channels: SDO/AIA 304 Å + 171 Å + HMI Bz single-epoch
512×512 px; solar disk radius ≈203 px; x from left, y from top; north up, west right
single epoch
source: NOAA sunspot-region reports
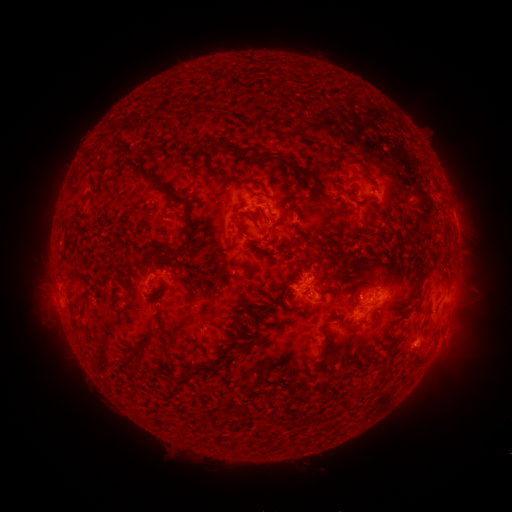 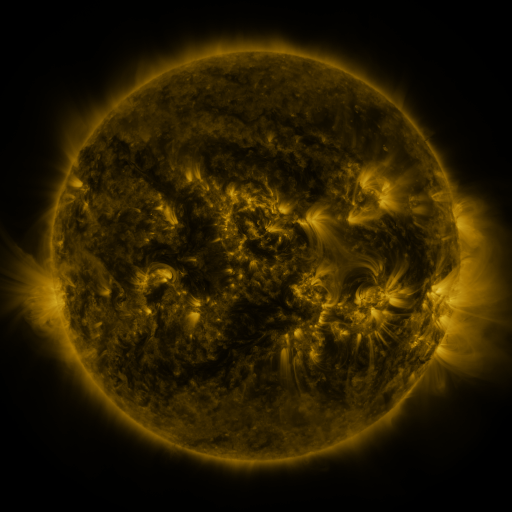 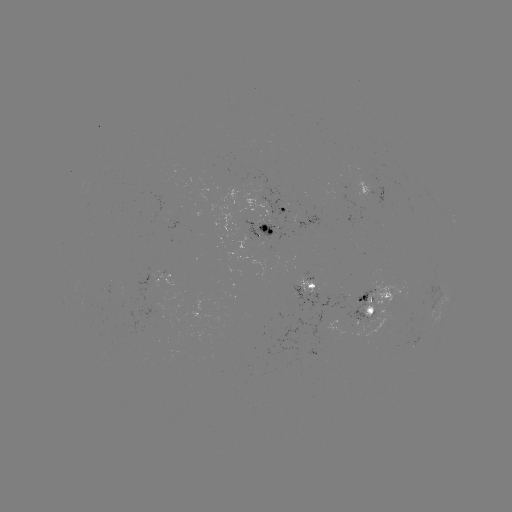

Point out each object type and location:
spotted active region: (373, 193)
spotted active region: (280, 206)
spotted active region: (304, 220)
spotted active region: (455, 220)
spotted active region: (266, 227)
spotted active region: (160, 277)
spotted active region: (308, 287)
spotted active region: (374, 305)
